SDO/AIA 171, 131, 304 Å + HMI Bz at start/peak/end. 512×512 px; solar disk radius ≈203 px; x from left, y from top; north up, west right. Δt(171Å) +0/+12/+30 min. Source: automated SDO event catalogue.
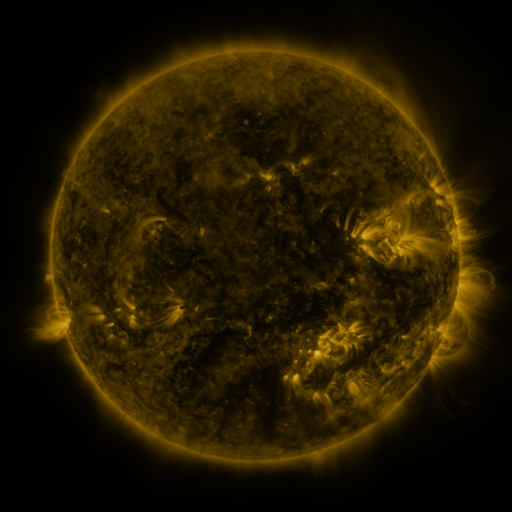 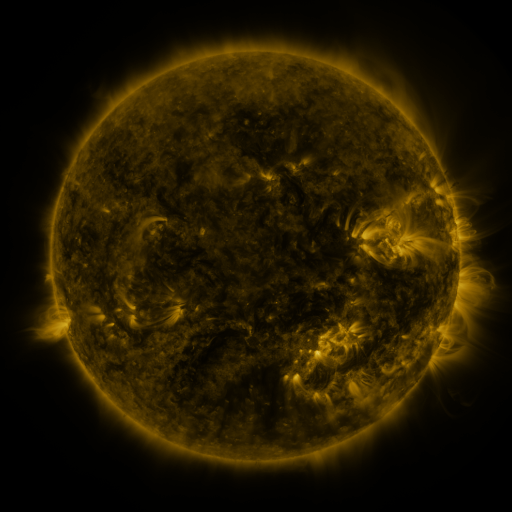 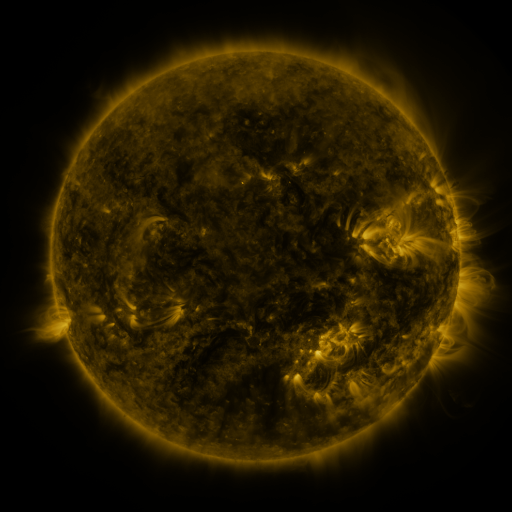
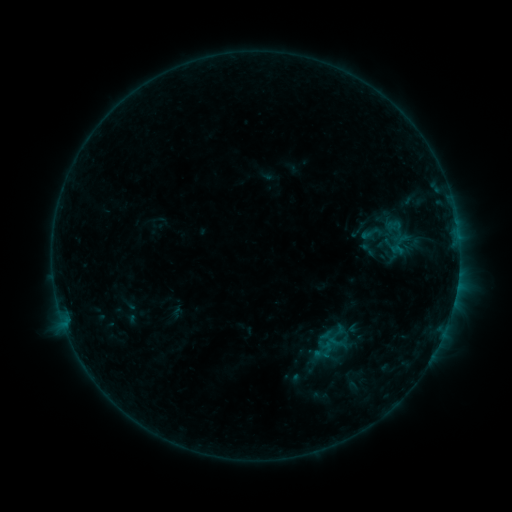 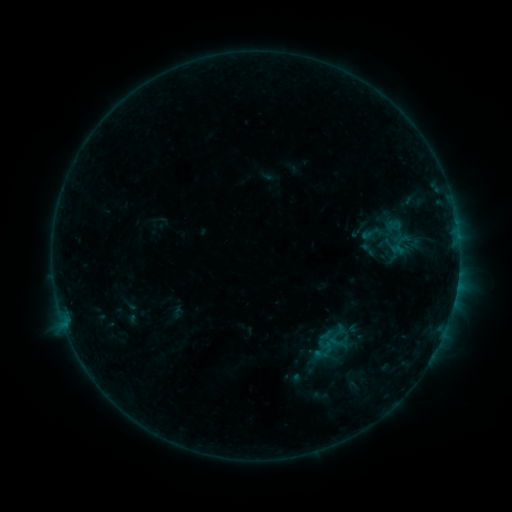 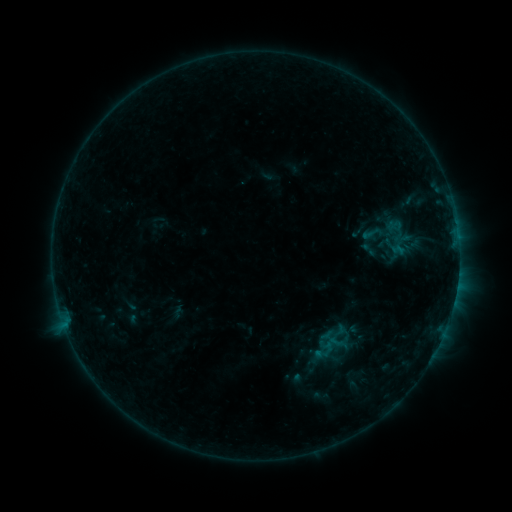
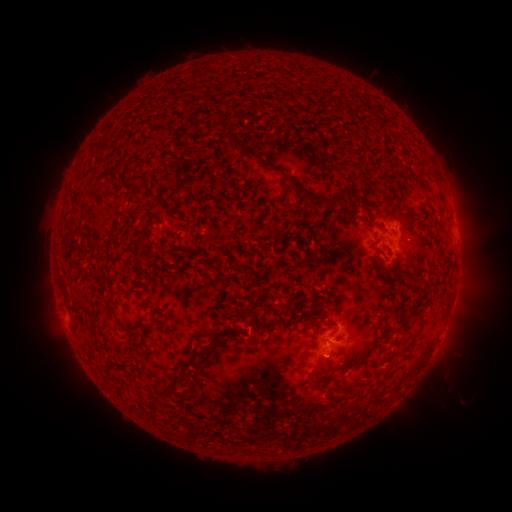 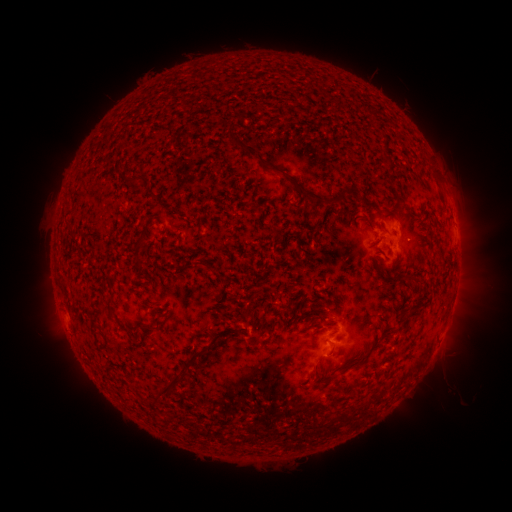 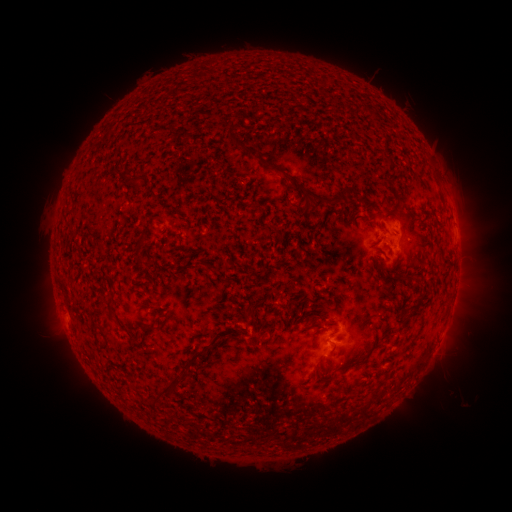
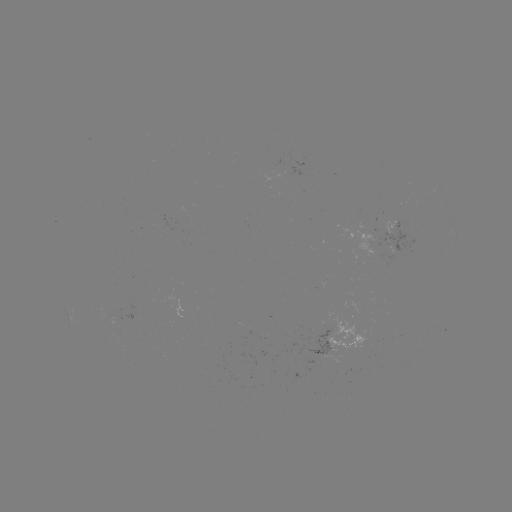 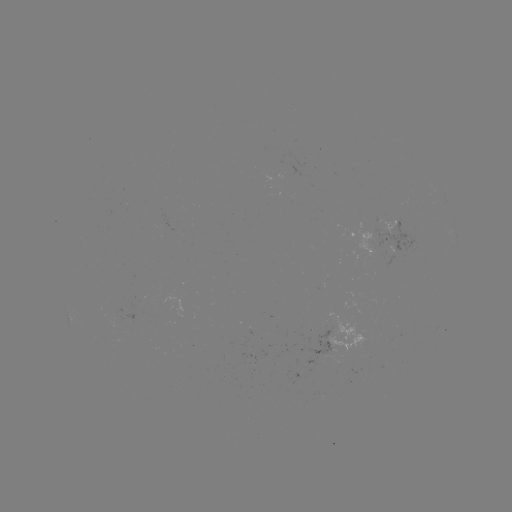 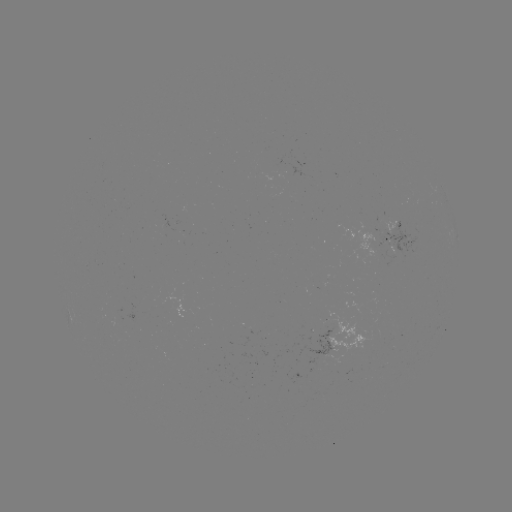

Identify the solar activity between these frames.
no flare in any classed list; no EUV-trigger detection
